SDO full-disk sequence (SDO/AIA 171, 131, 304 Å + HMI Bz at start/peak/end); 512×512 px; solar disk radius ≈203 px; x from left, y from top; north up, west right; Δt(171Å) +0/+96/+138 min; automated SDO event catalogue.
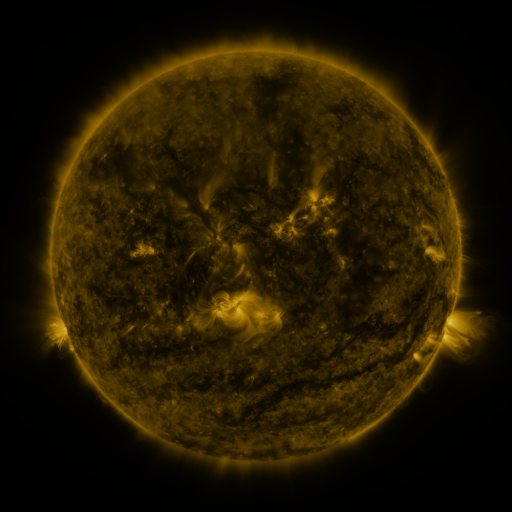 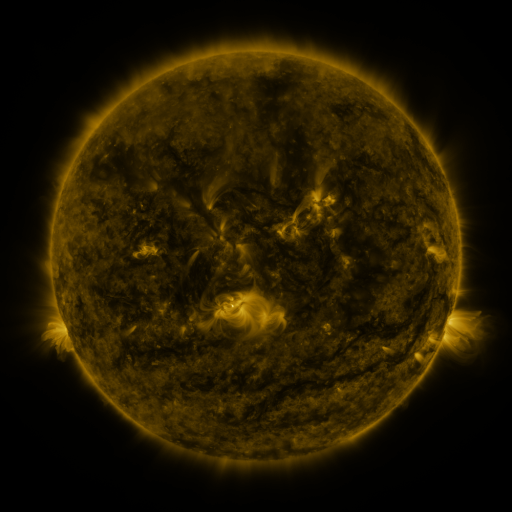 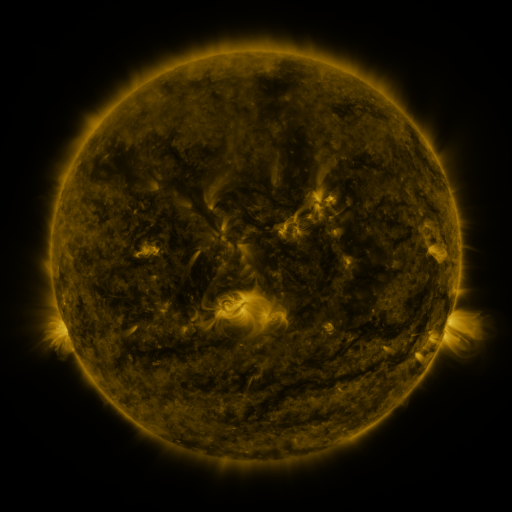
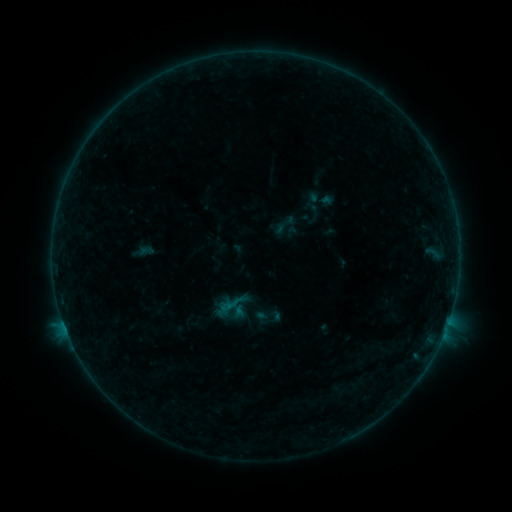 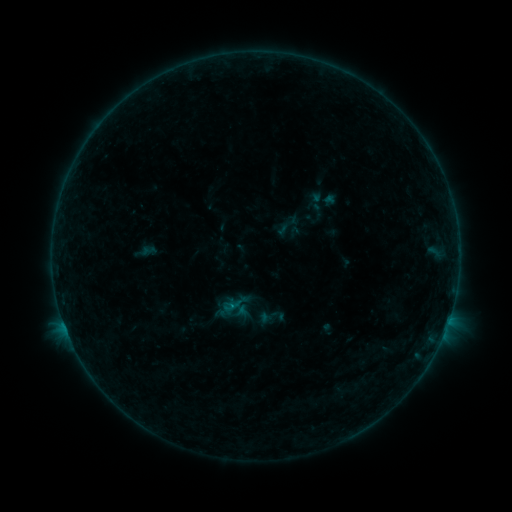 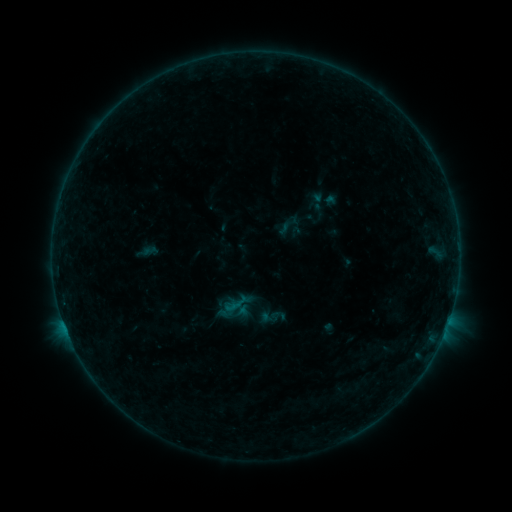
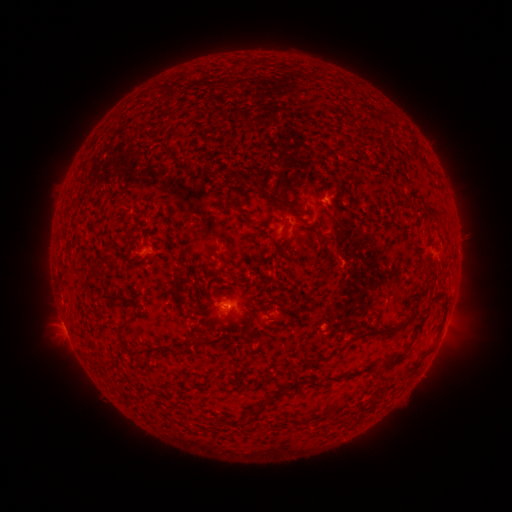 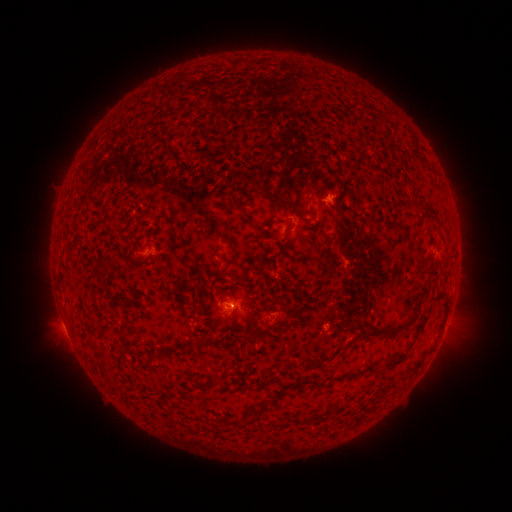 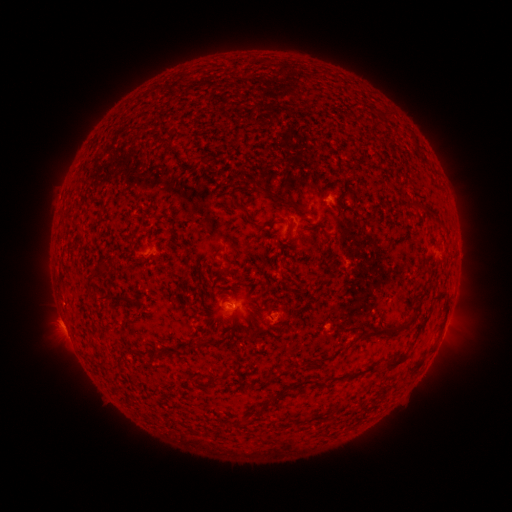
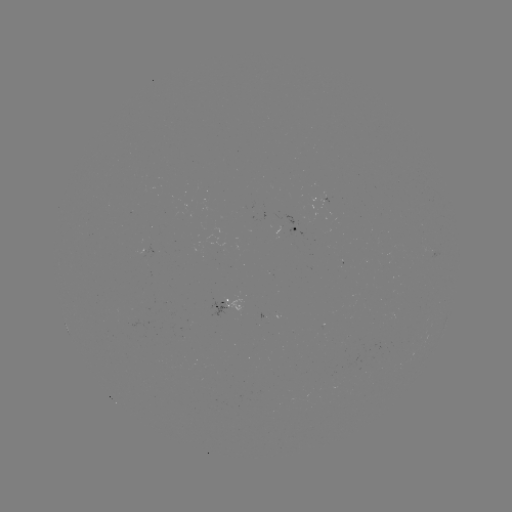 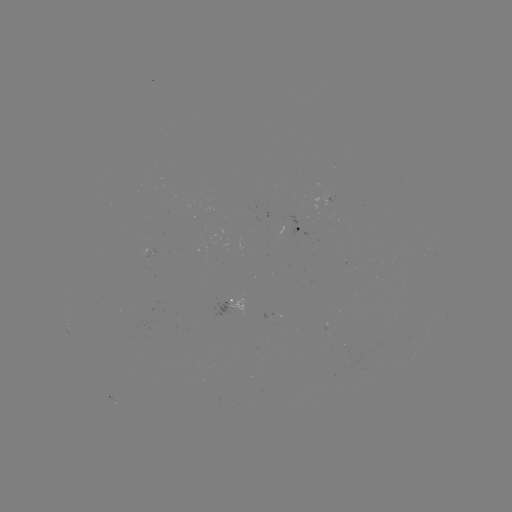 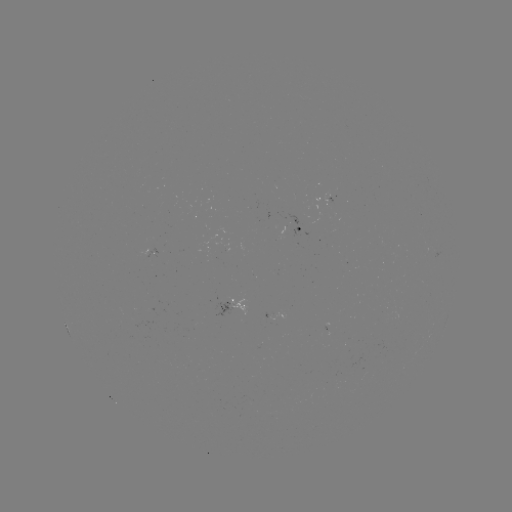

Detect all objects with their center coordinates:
emerging-flux region: (212, 259)
